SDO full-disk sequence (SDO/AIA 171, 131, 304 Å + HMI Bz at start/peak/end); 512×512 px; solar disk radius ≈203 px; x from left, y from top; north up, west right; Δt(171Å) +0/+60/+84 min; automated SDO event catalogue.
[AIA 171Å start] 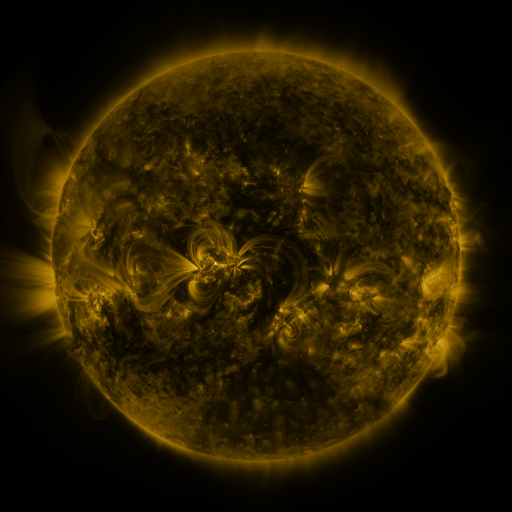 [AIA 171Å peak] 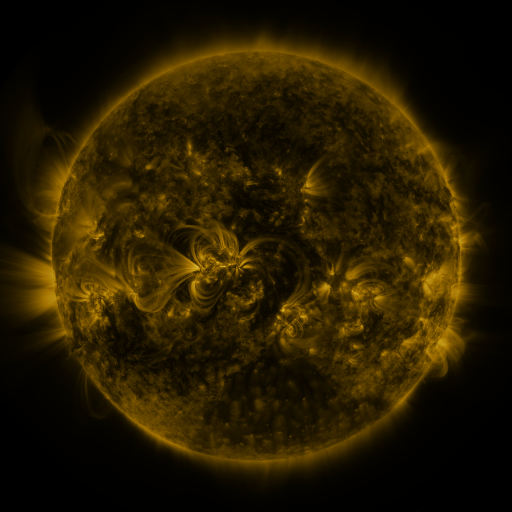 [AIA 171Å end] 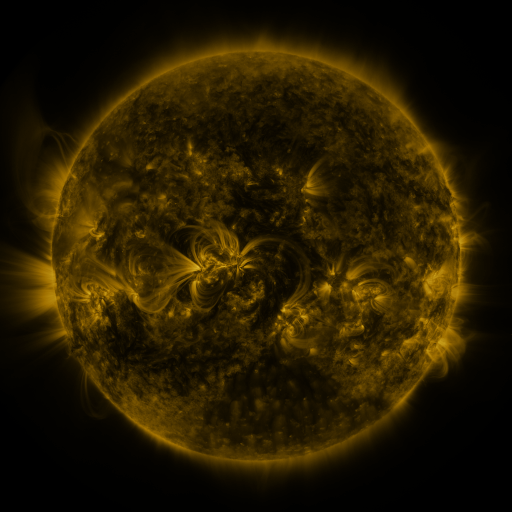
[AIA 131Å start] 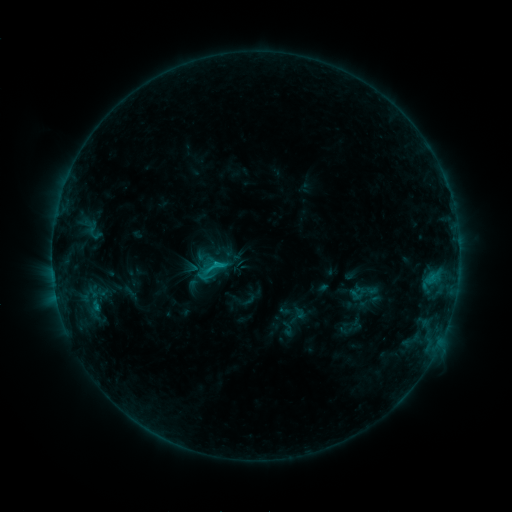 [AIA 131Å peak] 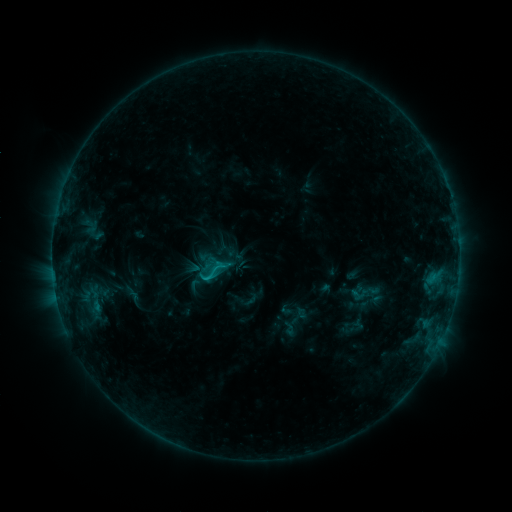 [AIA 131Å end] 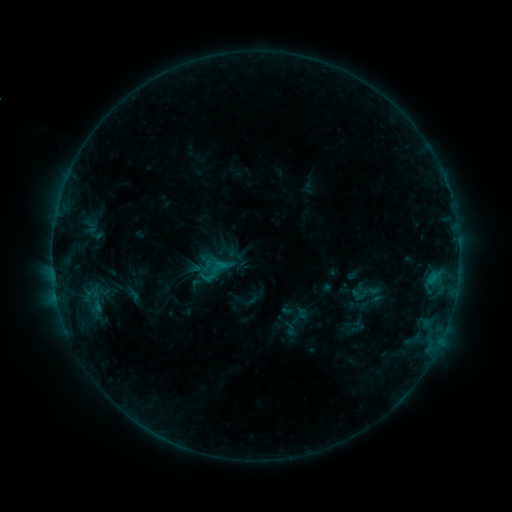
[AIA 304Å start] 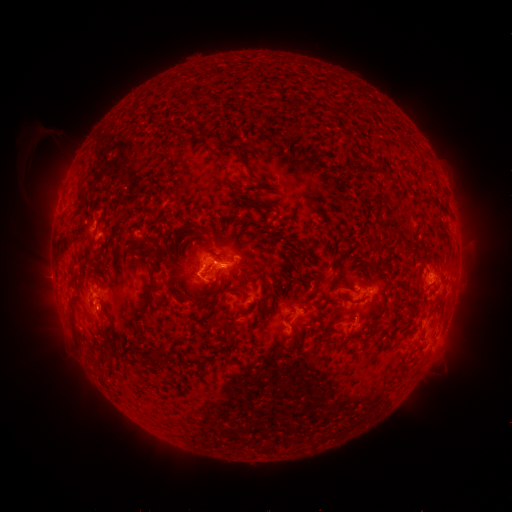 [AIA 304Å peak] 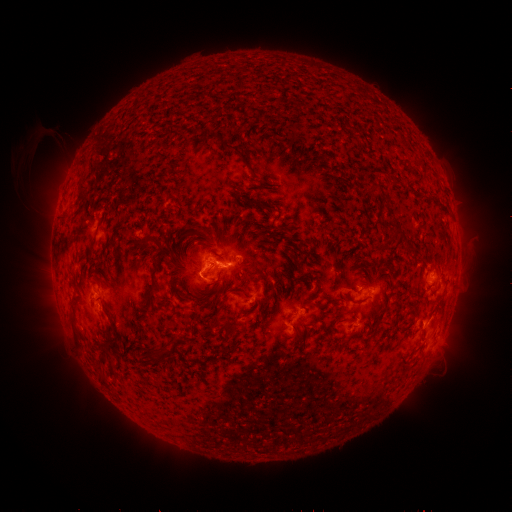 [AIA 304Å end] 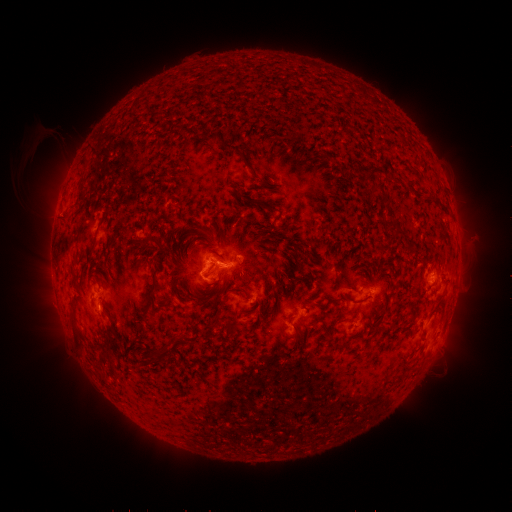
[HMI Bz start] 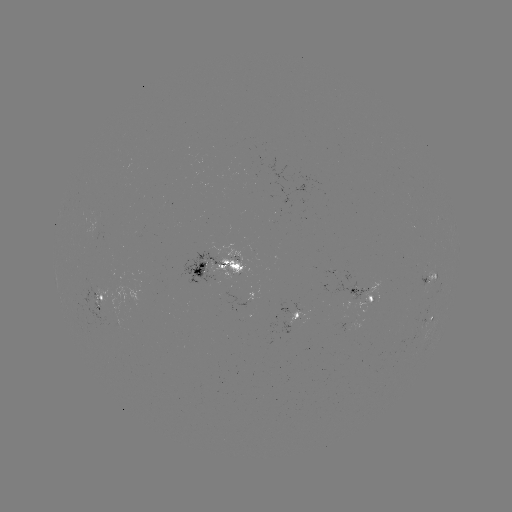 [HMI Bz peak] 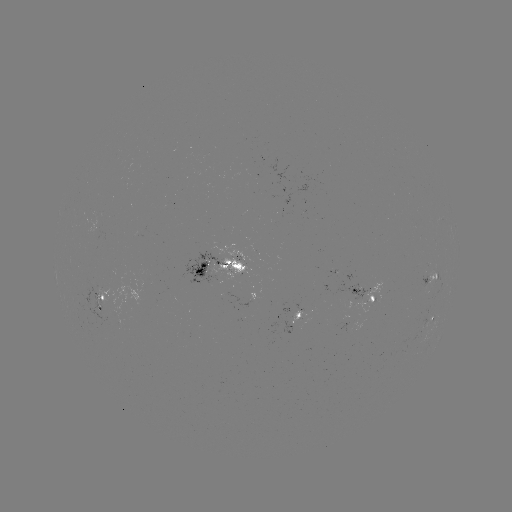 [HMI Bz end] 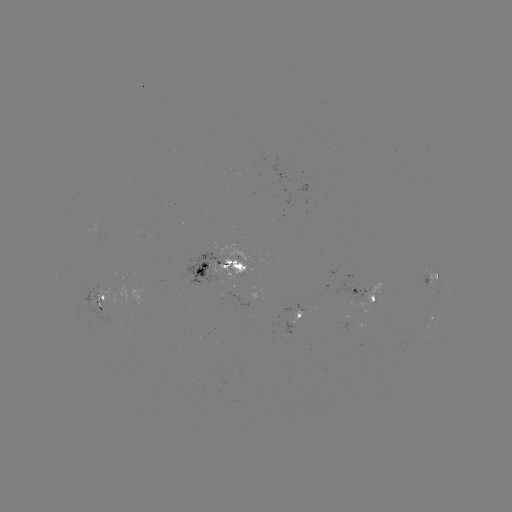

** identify emerging-flux region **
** (343, 323) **